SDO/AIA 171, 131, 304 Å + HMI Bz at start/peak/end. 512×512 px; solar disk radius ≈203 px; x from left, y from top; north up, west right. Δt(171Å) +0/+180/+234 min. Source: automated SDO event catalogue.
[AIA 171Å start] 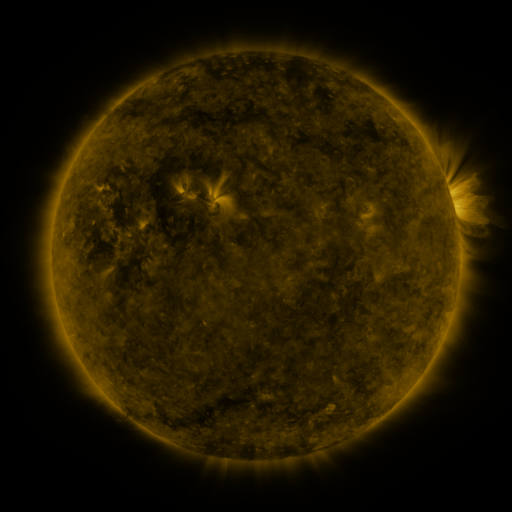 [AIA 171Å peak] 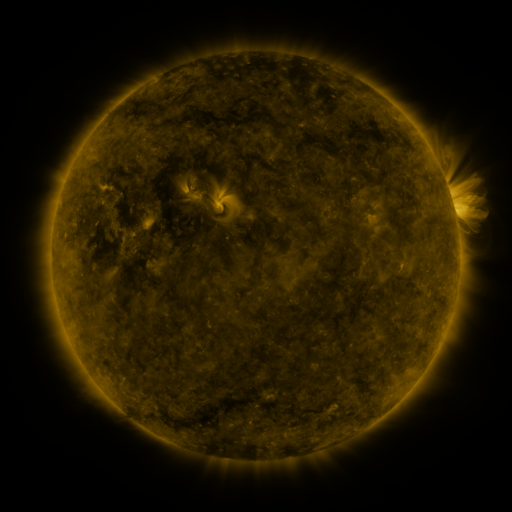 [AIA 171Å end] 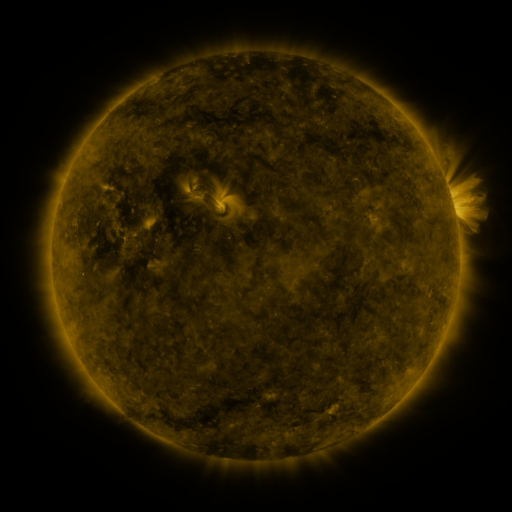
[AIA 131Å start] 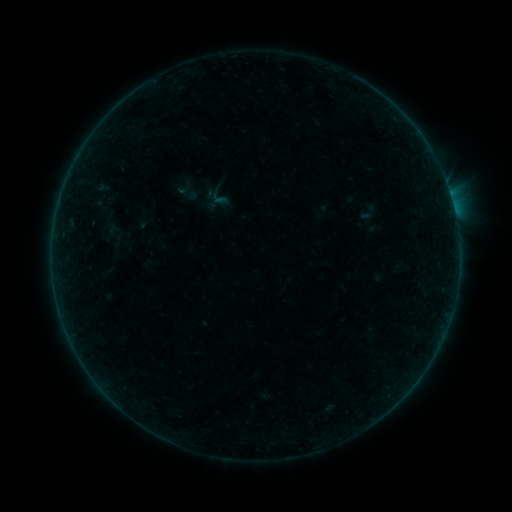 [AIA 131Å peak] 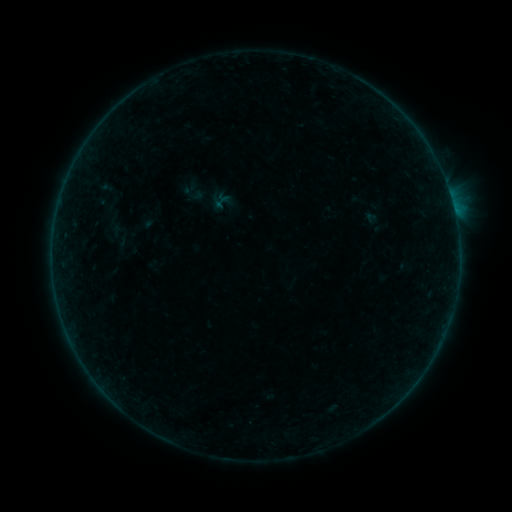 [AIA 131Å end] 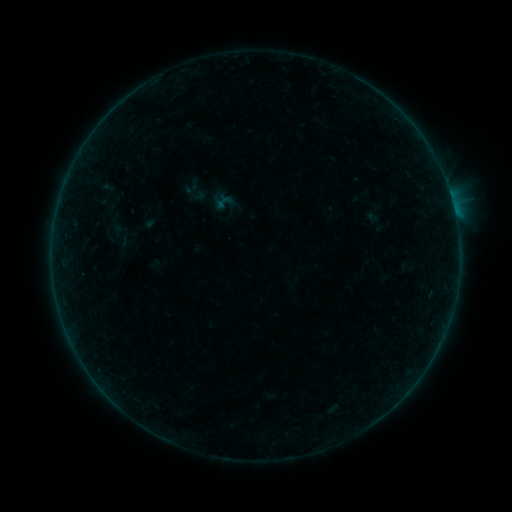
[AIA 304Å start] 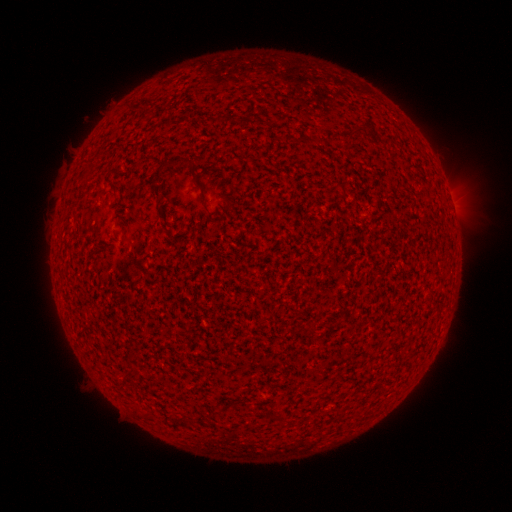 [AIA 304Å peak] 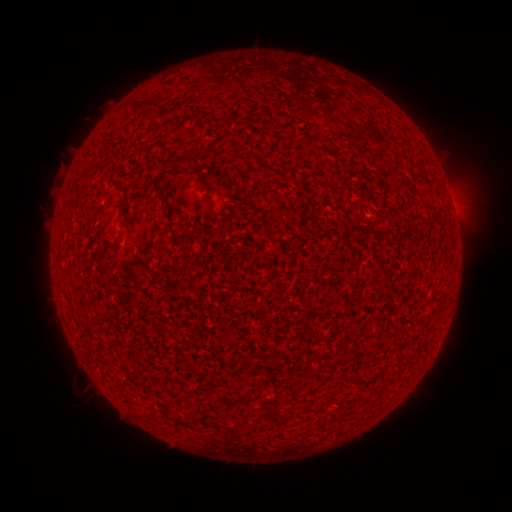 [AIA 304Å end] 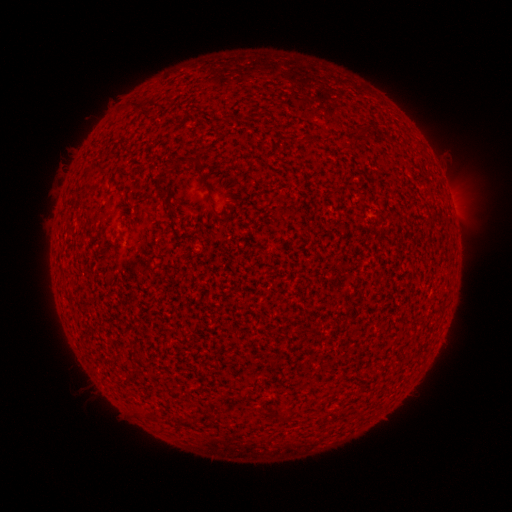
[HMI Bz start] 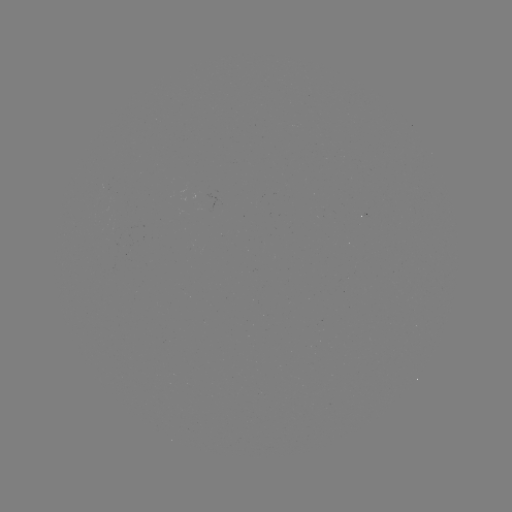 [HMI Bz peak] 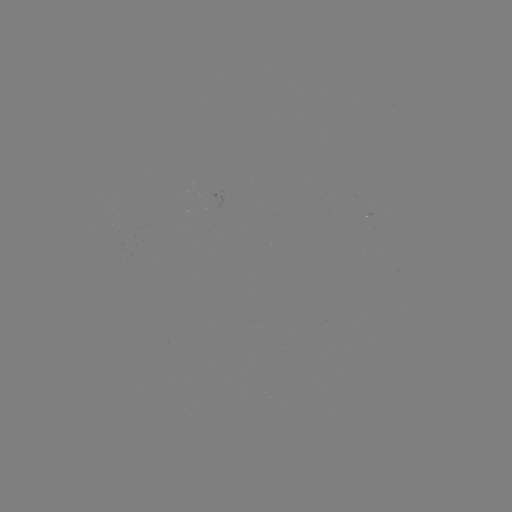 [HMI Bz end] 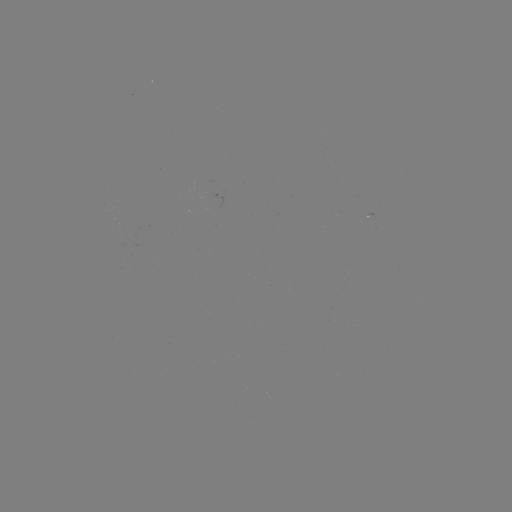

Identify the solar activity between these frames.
A5.5 flare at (221, 206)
